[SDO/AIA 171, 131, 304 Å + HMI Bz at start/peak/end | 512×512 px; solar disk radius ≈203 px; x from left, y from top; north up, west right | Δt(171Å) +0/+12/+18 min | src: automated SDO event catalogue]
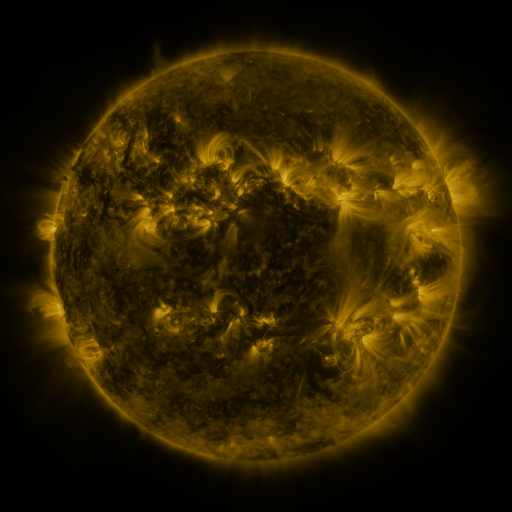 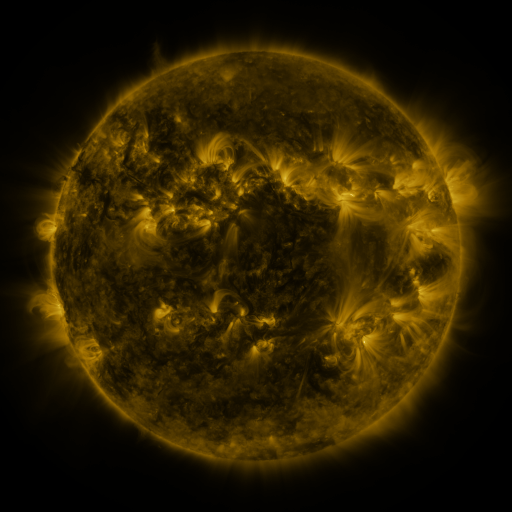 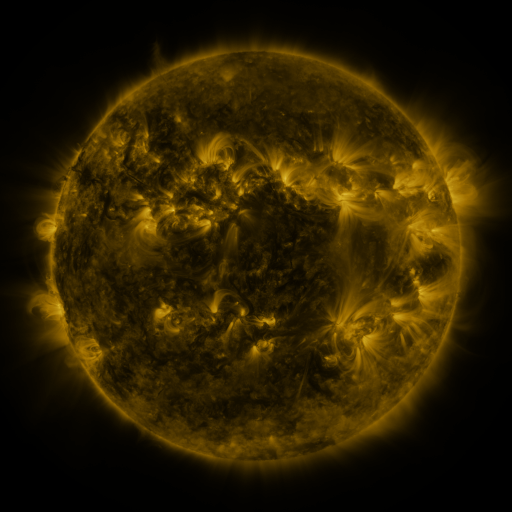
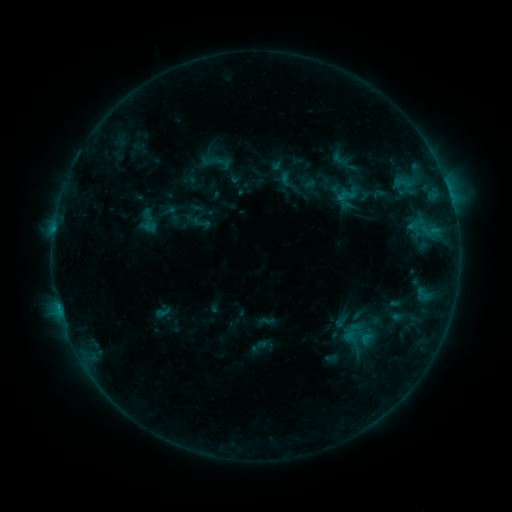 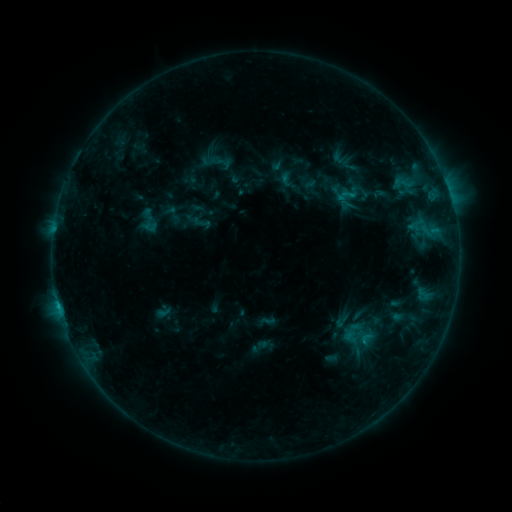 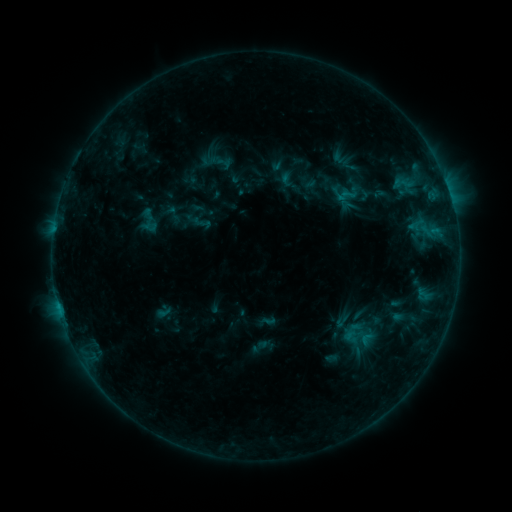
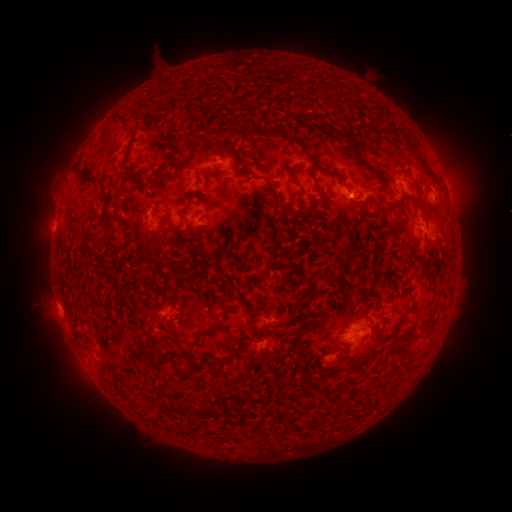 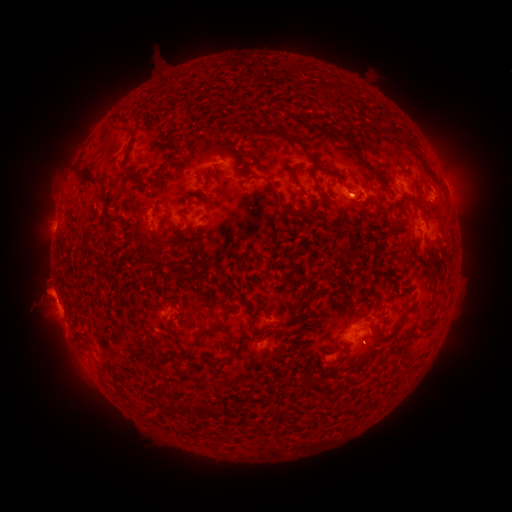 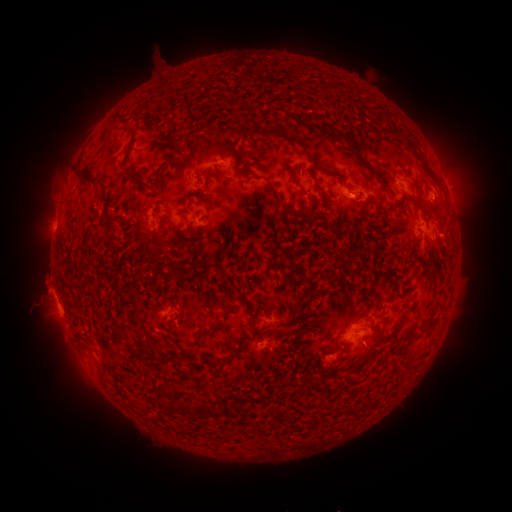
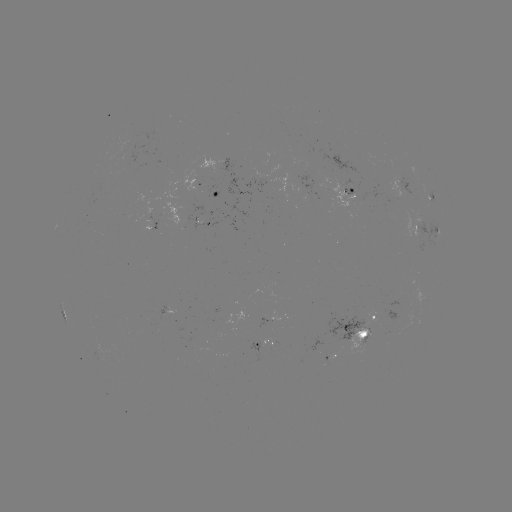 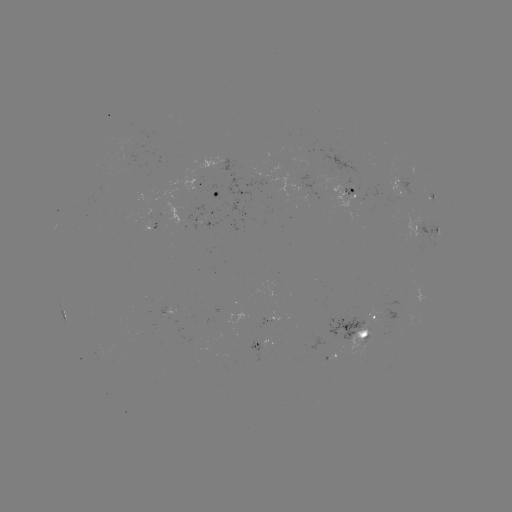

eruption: <bbox>19, 260, 85, 350</bbox>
